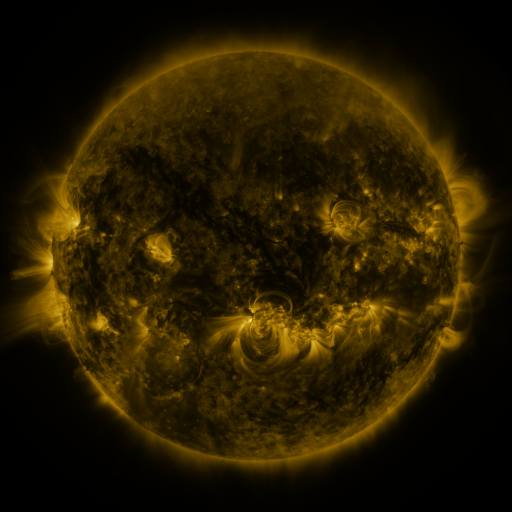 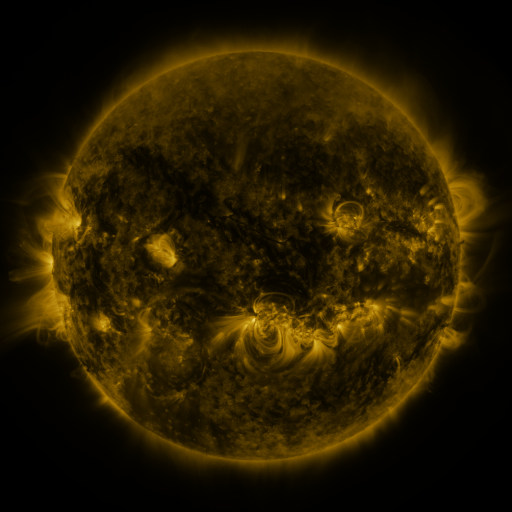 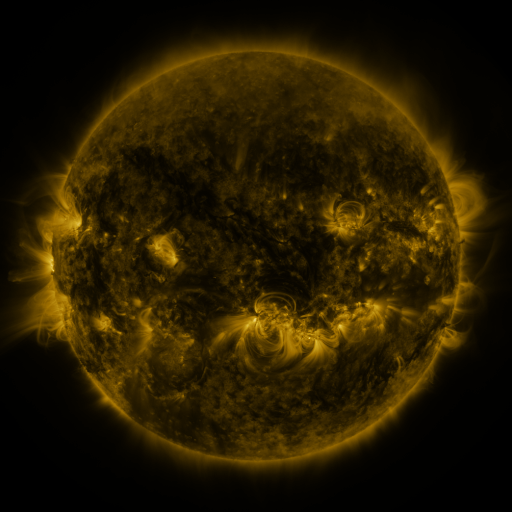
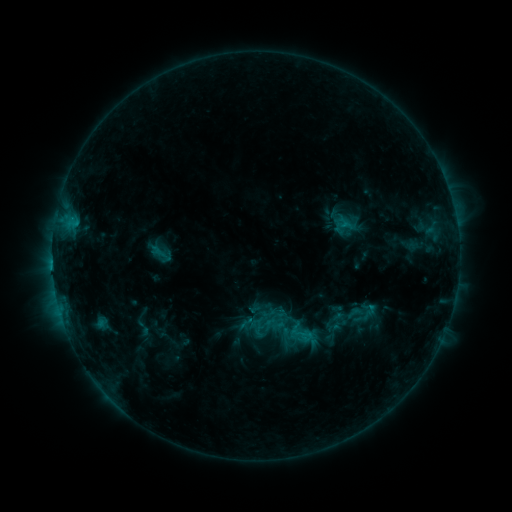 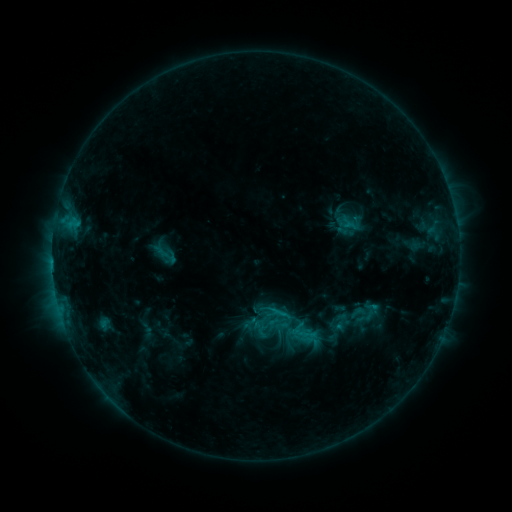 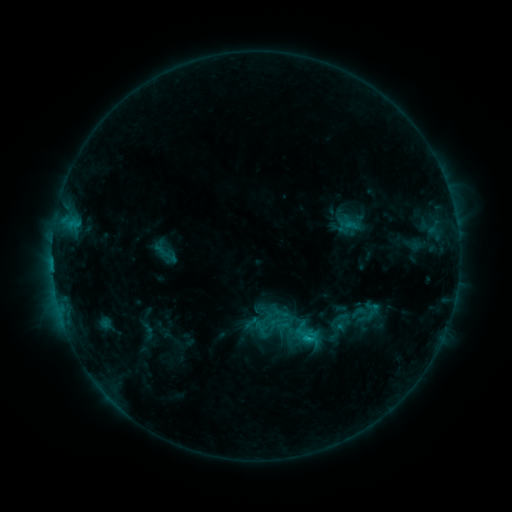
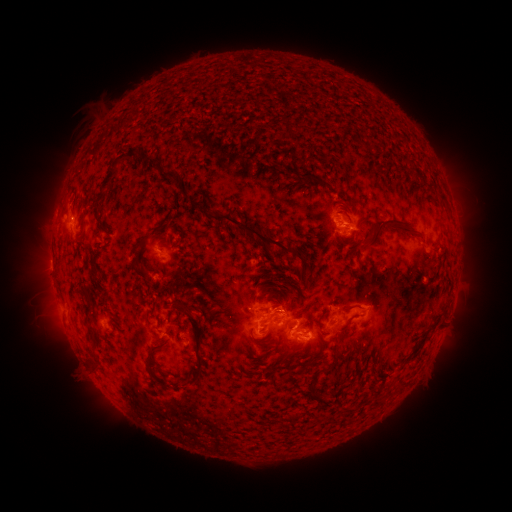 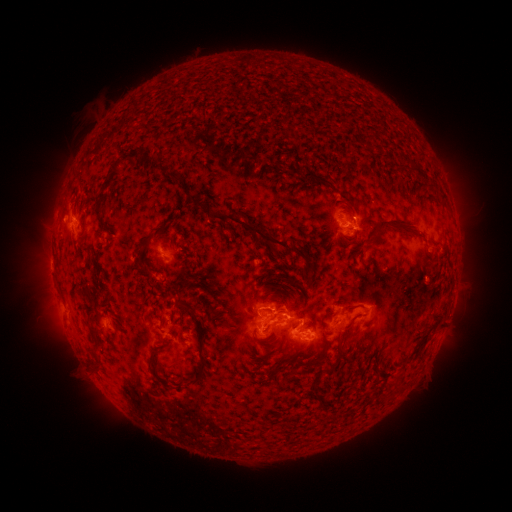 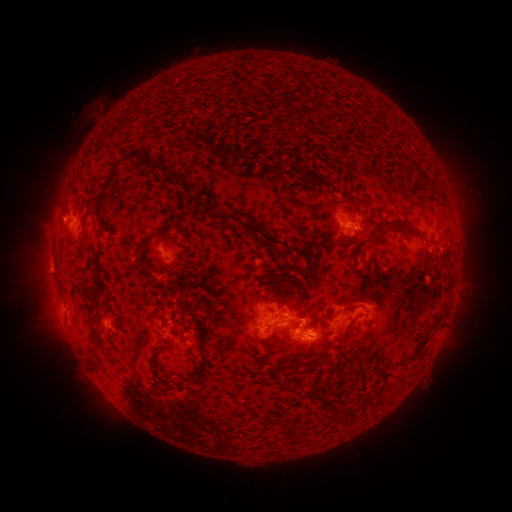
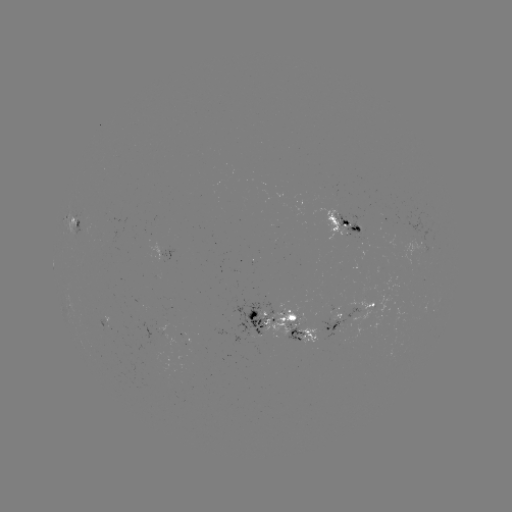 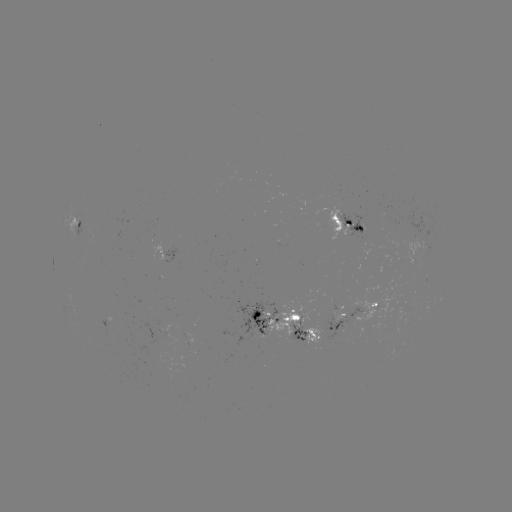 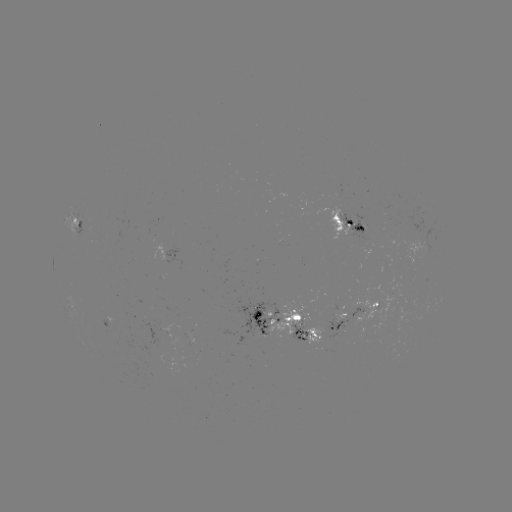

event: emerging-flux region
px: (294, 321)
